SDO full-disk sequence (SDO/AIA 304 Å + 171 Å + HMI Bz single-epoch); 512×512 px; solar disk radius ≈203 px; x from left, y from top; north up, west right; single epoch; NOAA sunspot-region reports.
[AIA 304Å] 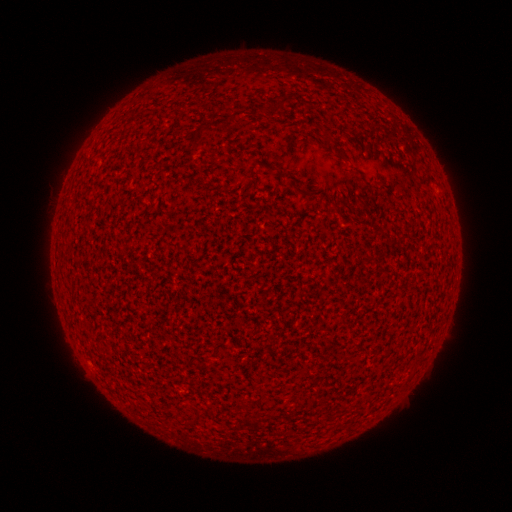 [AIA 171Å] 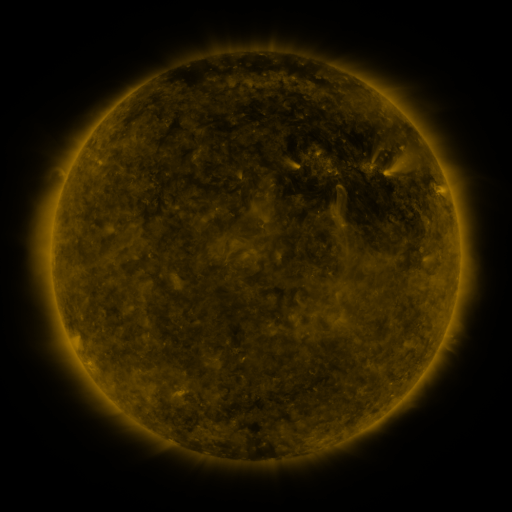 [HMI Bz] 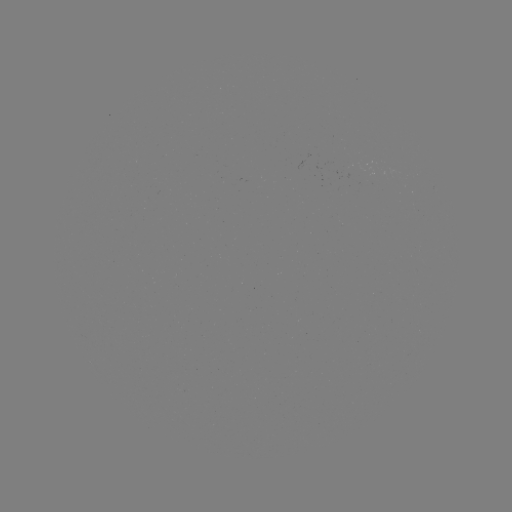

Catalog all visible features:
(none)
